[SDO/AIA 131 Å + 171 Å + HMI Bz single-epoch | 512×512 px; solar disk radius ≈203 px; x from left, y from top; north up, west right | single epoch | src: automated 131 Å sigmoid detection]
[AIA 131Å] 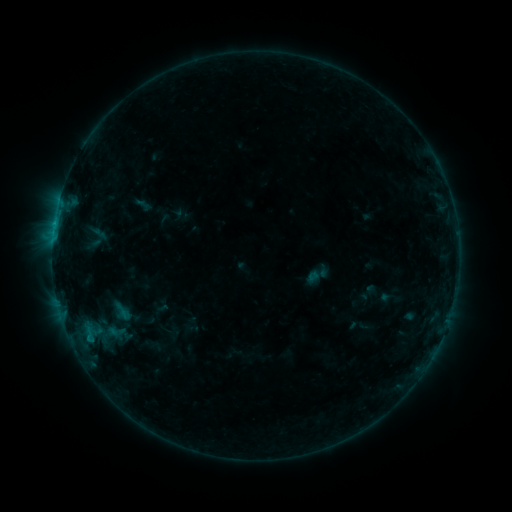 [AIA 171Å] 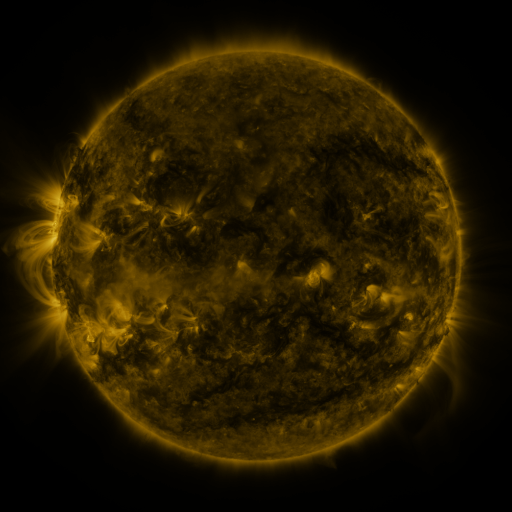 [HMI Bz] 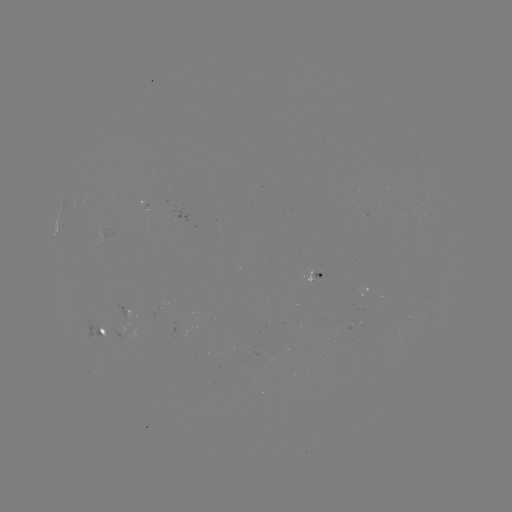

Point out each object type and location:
sigmoid: (96, 237)
sigmoid: (115, 331)
